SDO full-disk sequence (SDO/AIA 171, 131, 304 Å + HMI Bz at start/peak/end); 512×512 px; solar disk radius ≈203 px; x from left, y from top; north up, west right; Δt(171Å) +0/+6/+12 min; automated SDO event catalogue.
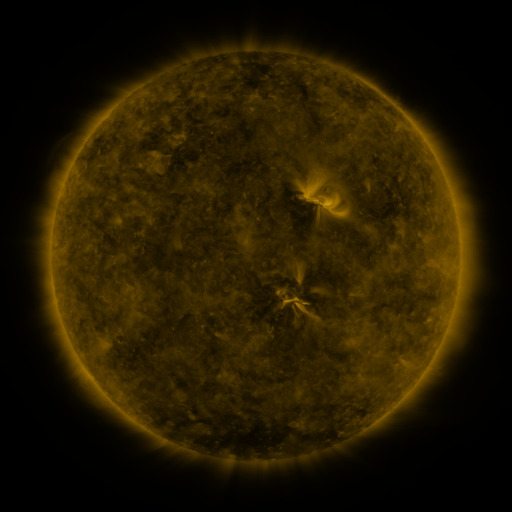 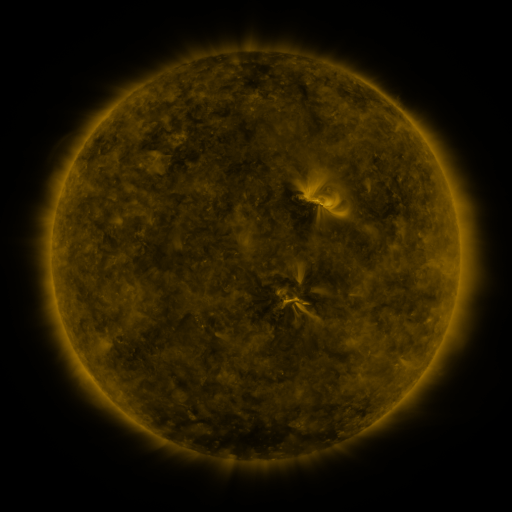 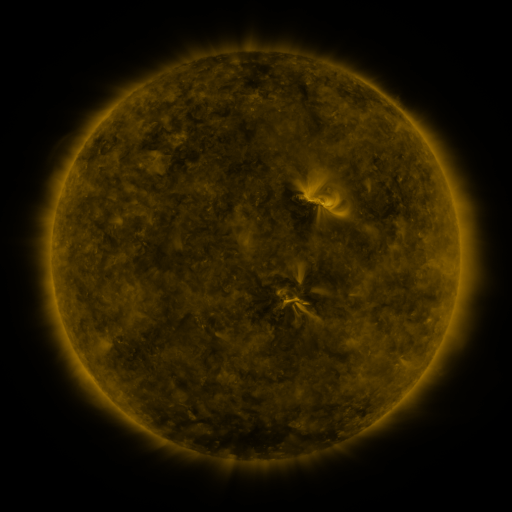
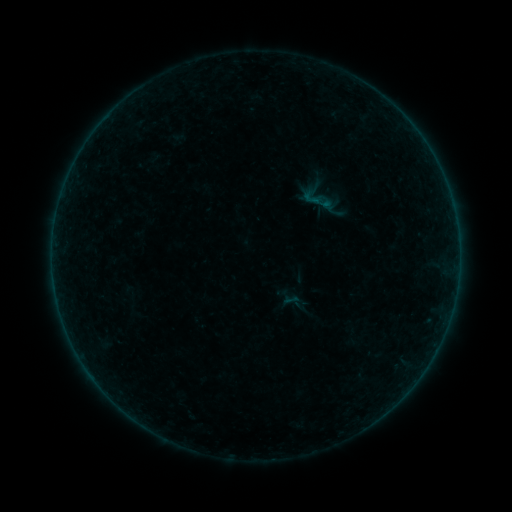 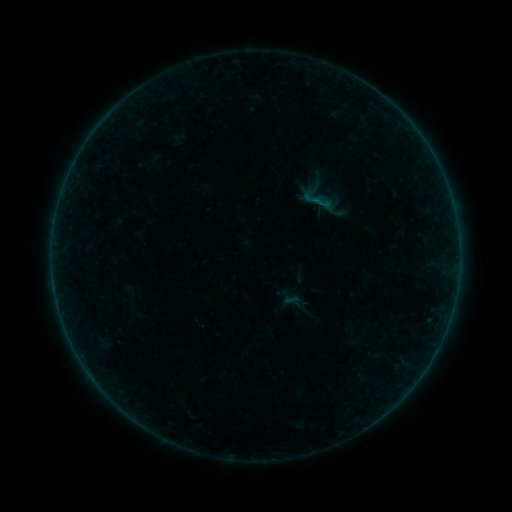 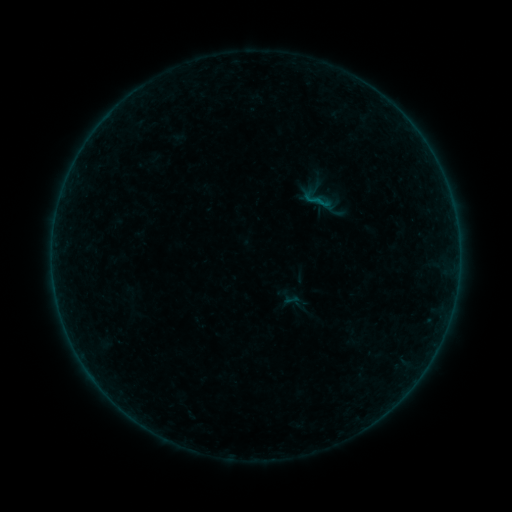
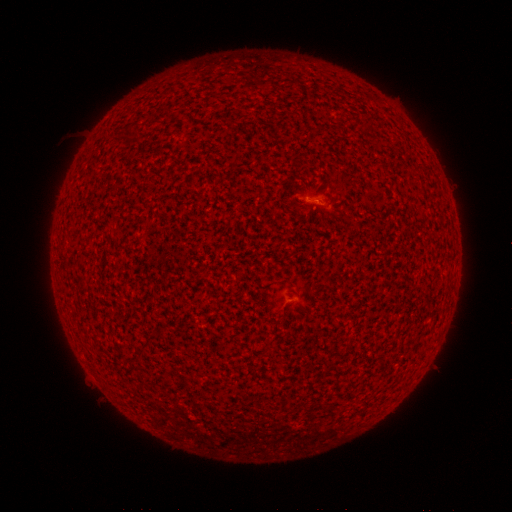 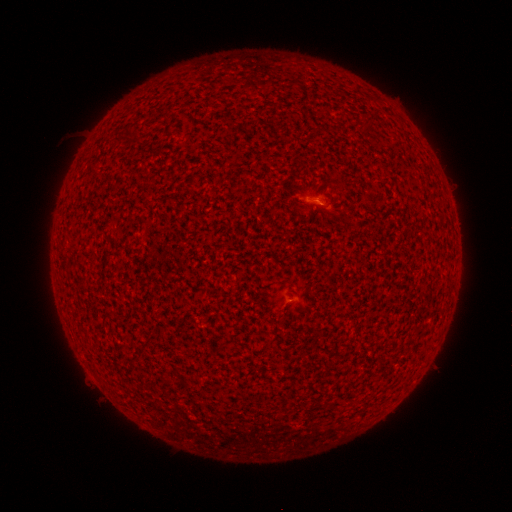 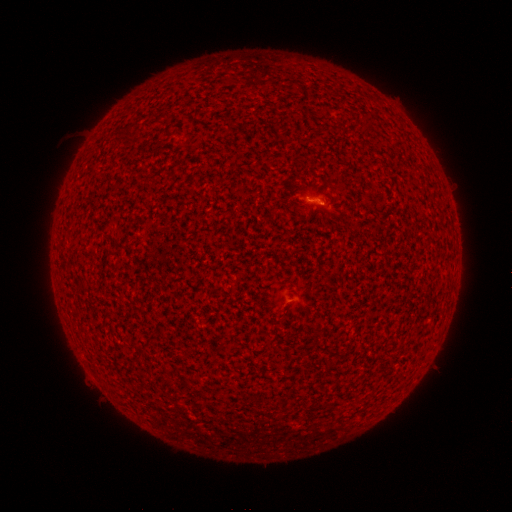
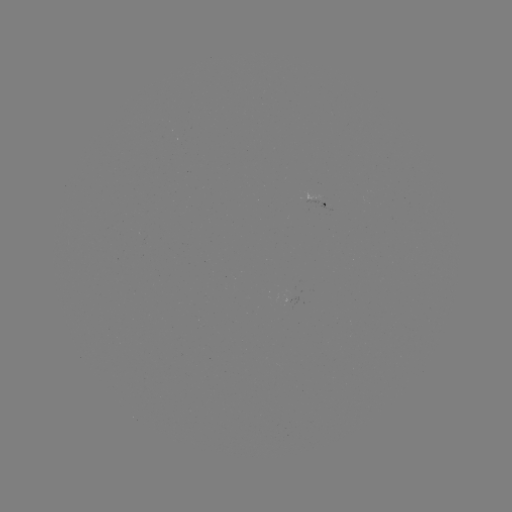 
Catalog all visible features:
B1.1 flare: (318, 203)
